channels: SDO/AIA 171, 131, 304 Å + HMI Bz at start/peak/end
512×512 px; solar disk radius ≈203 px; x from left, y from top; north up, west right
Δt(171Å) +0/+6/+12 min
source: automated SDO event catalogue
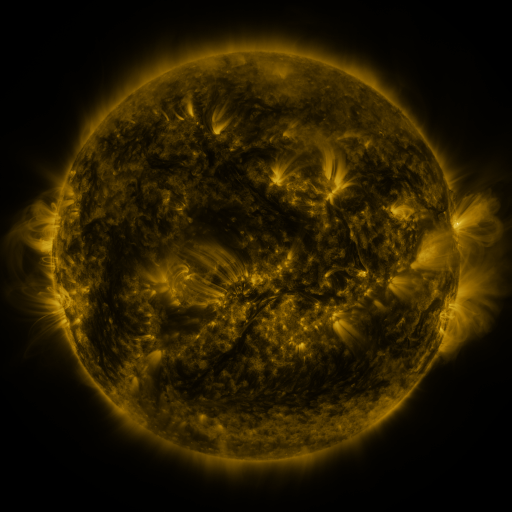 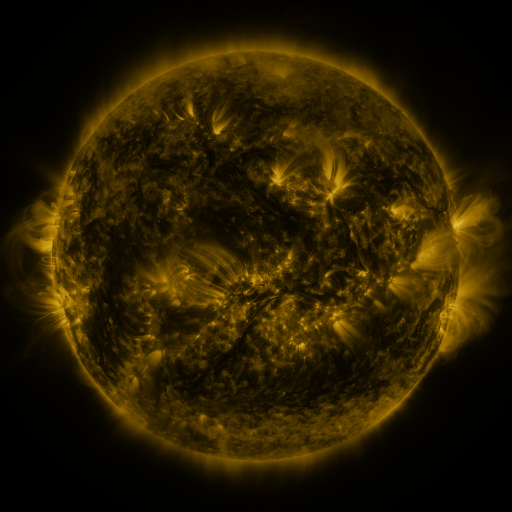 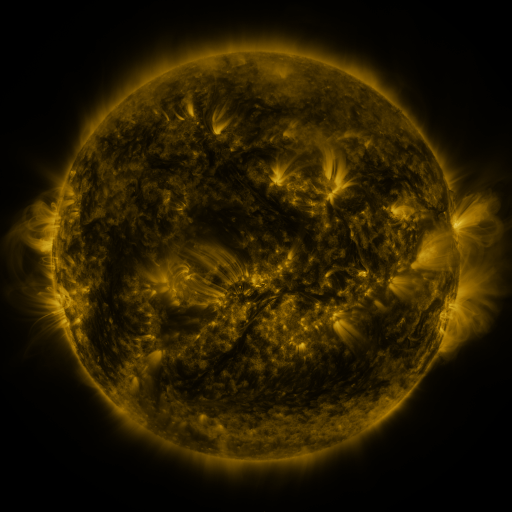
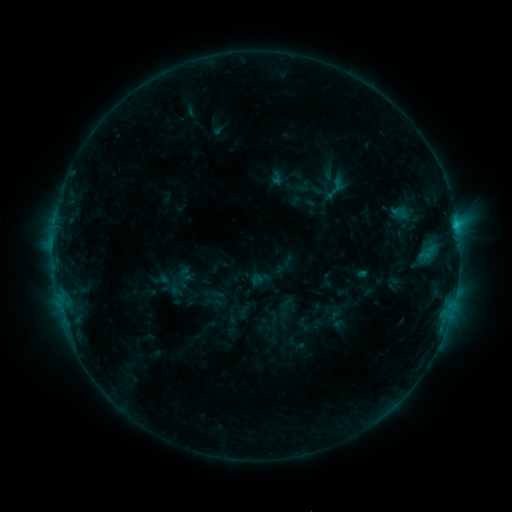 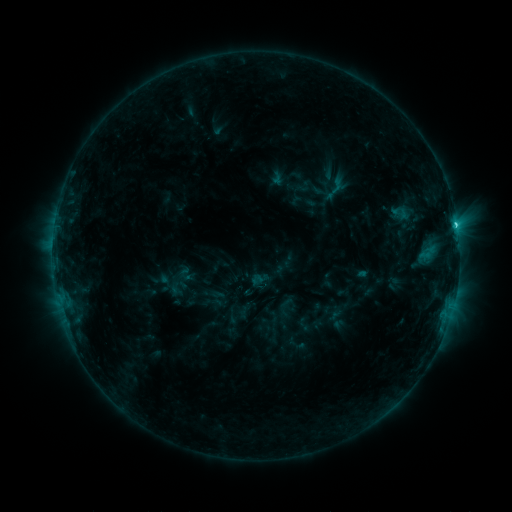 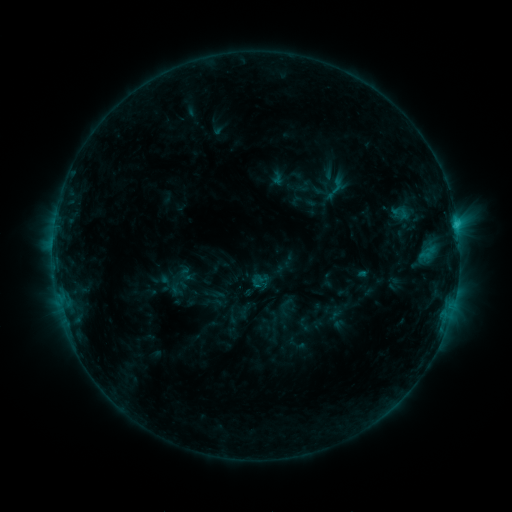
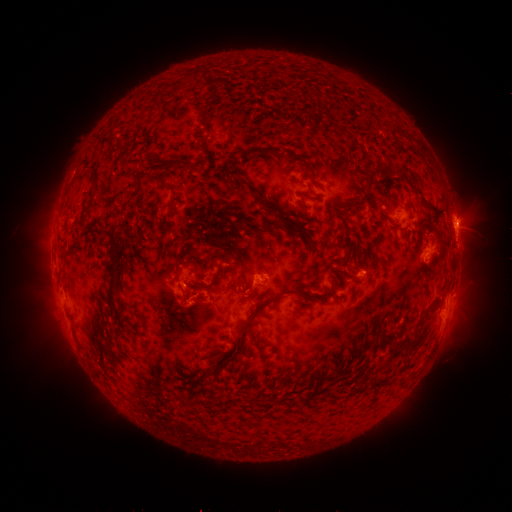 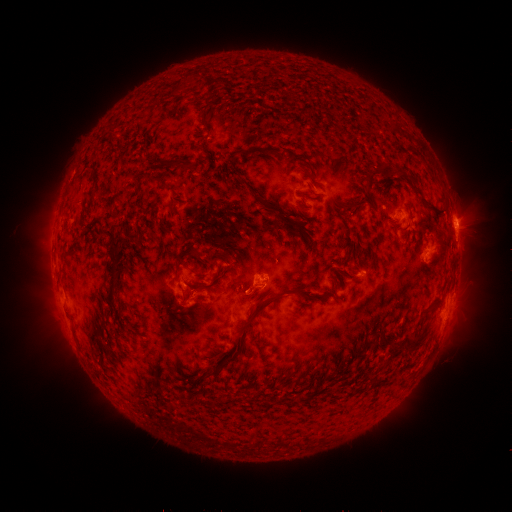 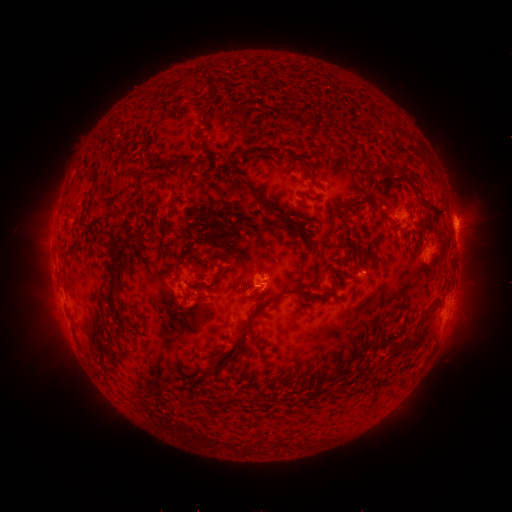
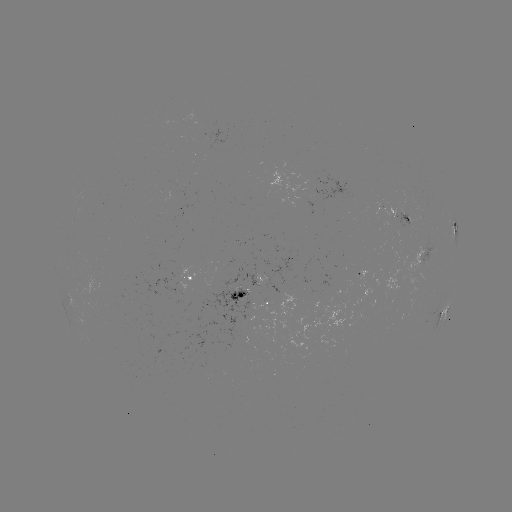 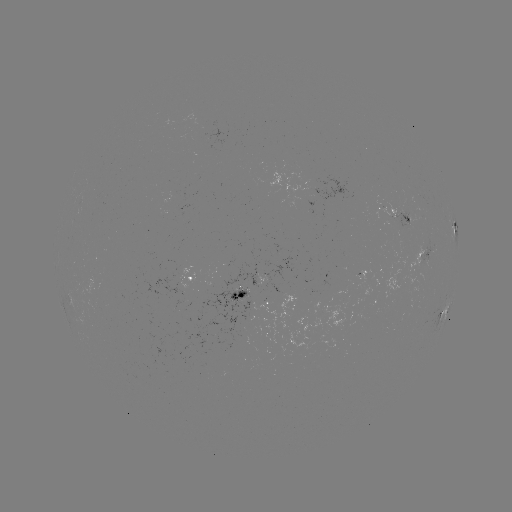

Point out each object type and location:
C1.4 flare: (456, 226)
